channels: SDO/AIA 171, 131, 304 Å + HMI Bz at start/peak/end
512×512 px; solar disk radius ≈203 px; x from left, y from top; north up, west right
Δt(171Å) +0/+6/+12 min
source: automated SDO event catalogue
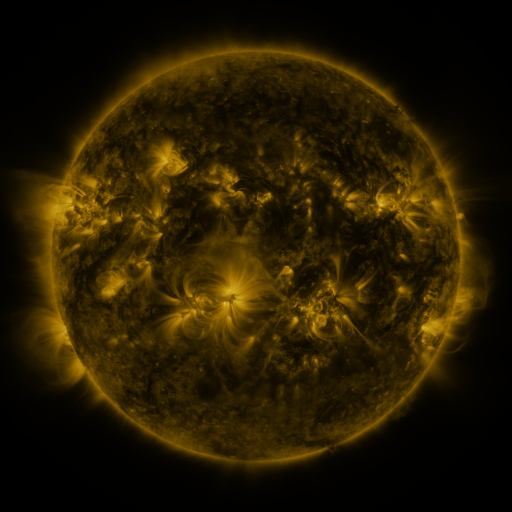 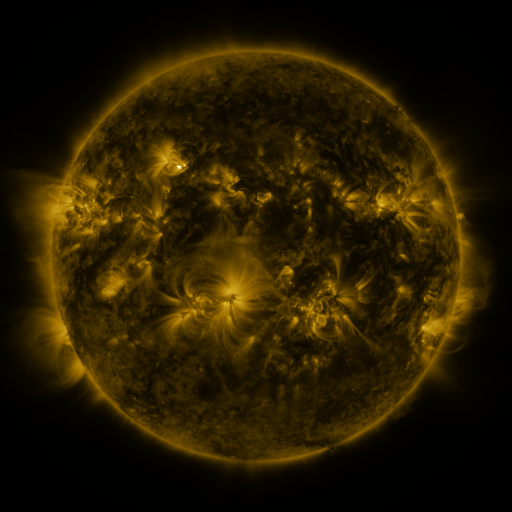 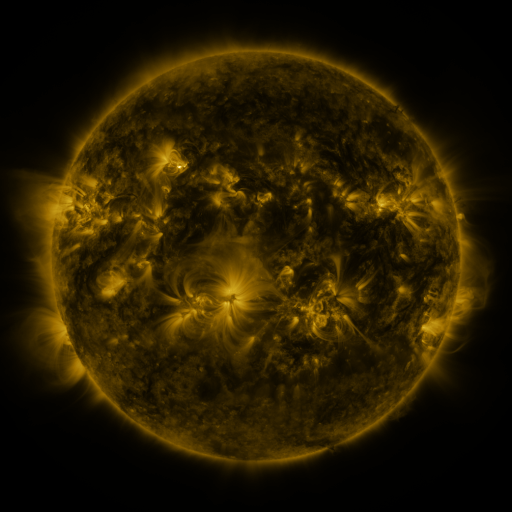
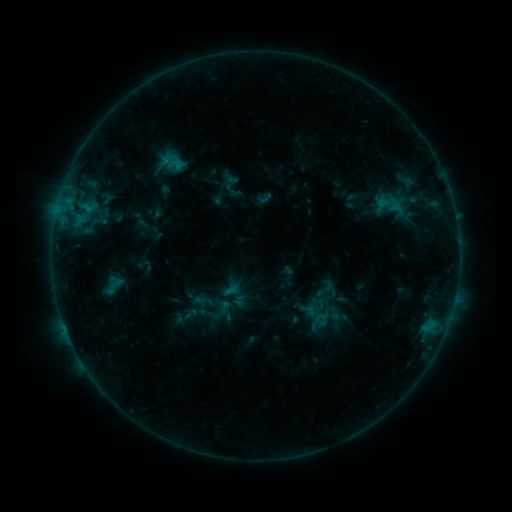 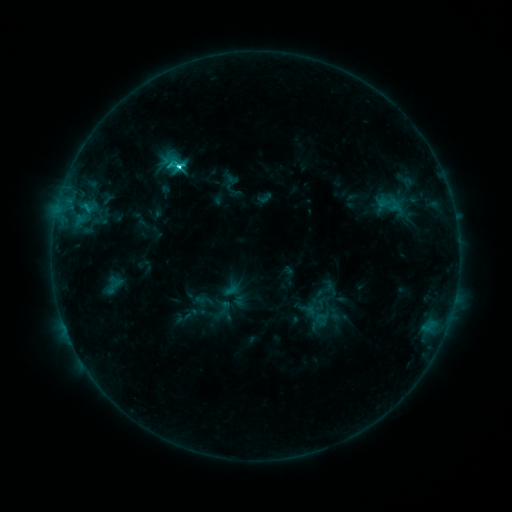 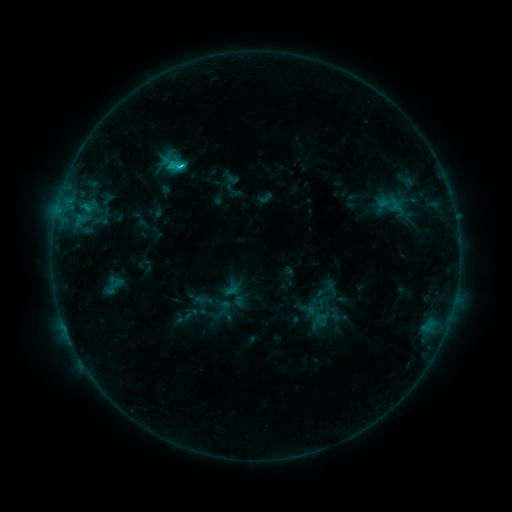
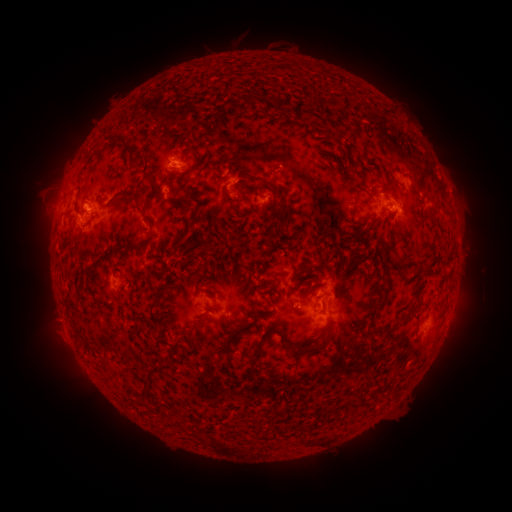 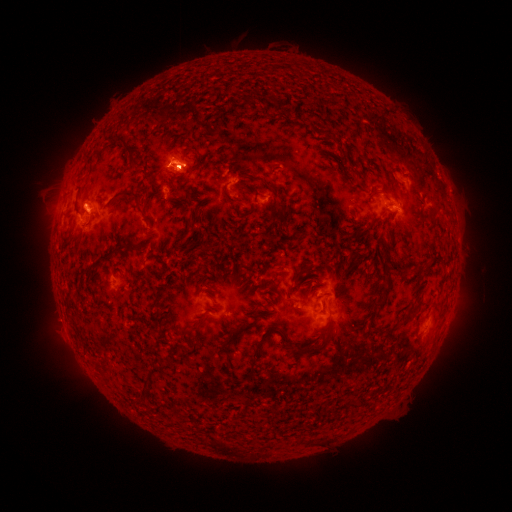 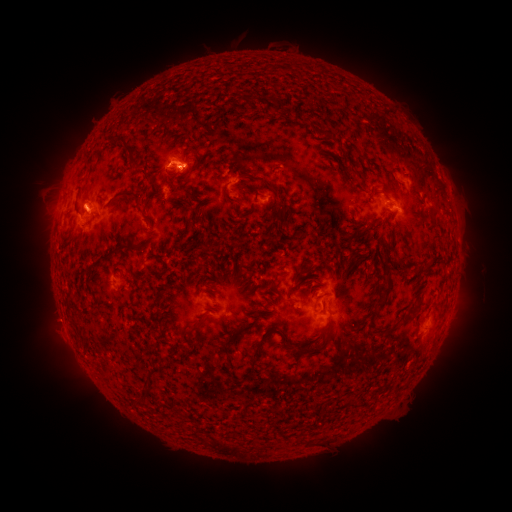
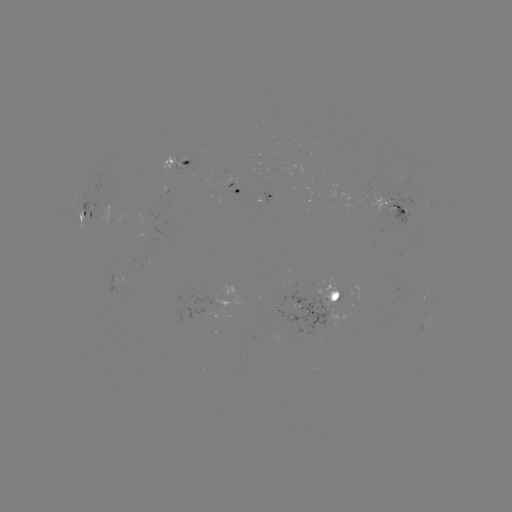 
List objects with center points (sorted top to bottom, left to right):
C3.1 flare: (181, 167)
